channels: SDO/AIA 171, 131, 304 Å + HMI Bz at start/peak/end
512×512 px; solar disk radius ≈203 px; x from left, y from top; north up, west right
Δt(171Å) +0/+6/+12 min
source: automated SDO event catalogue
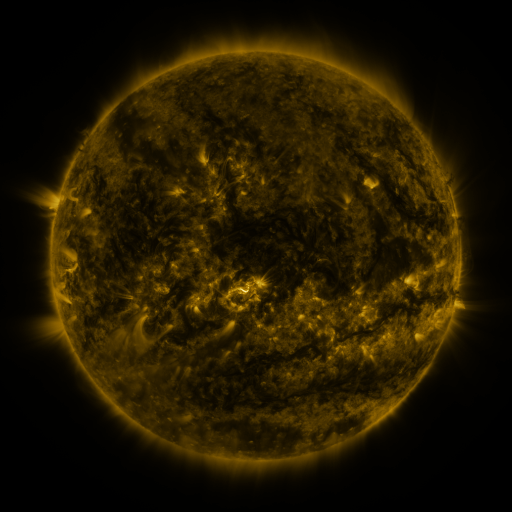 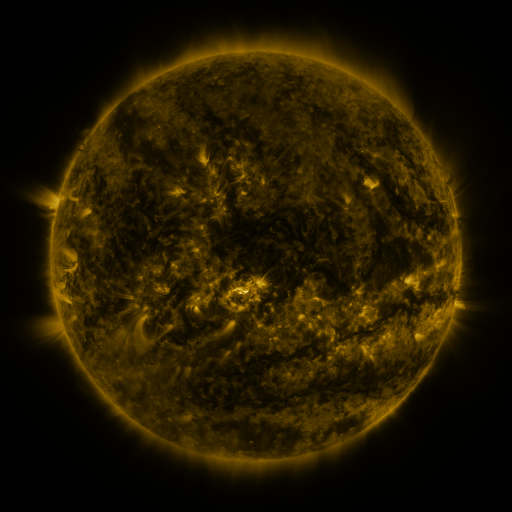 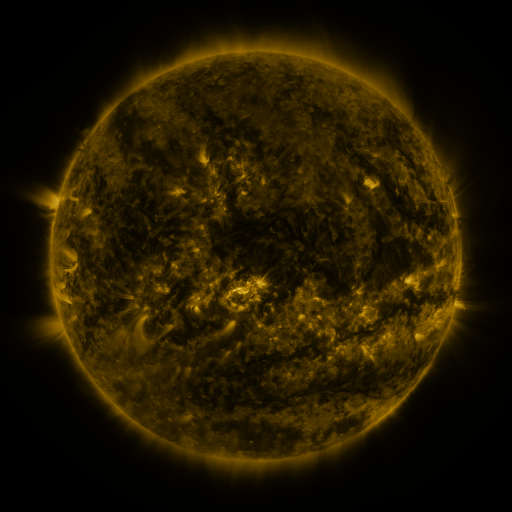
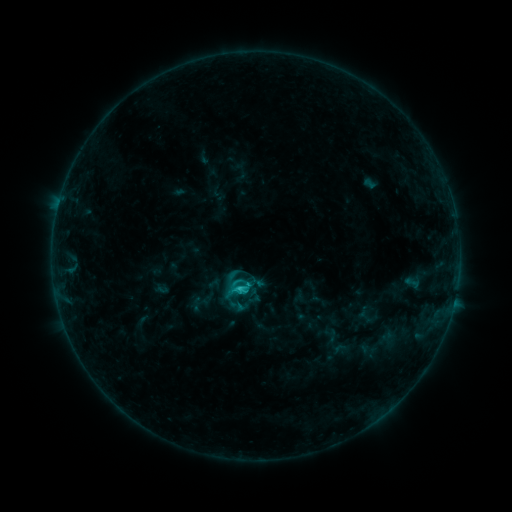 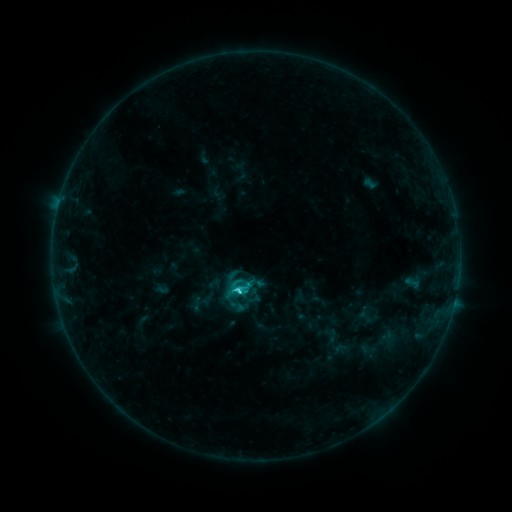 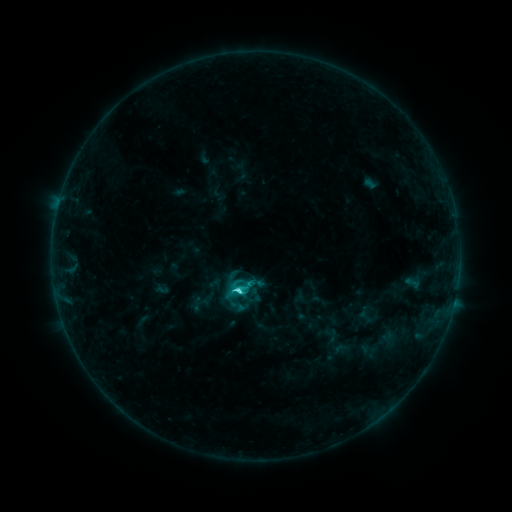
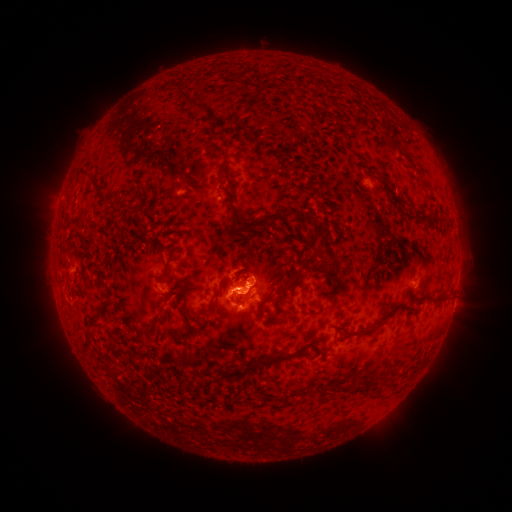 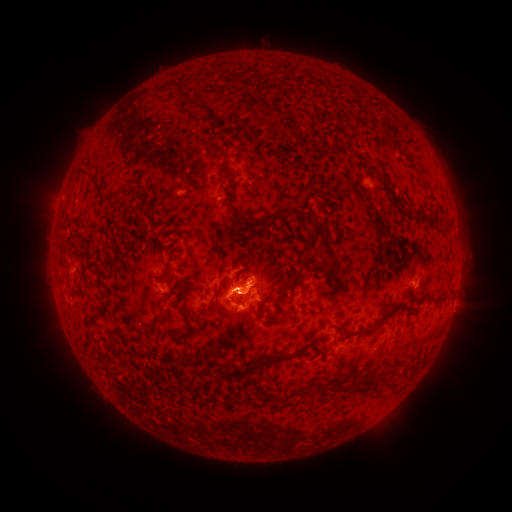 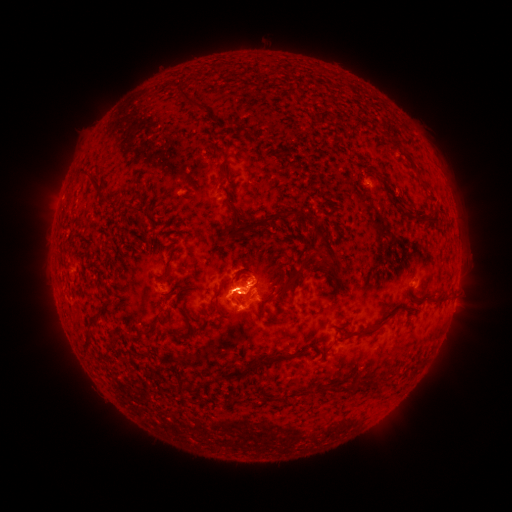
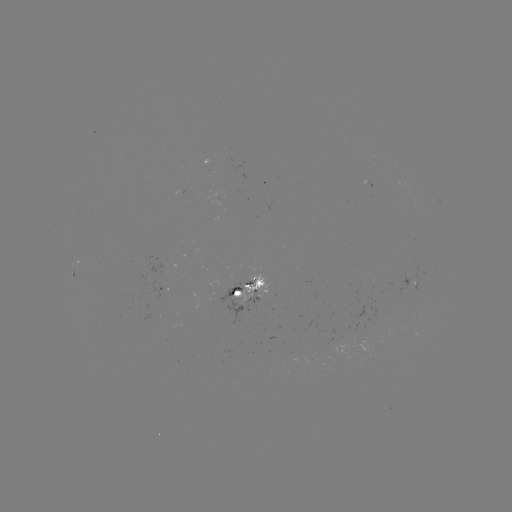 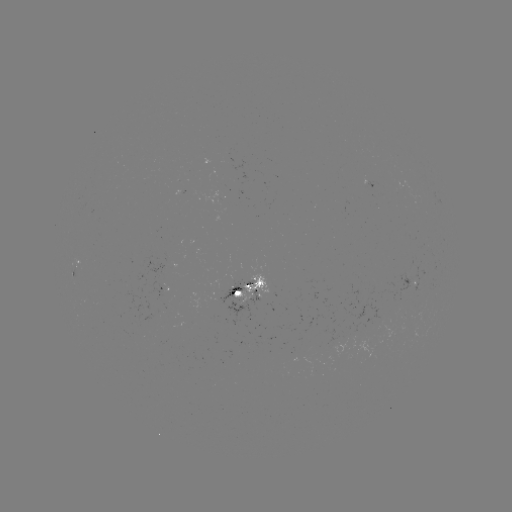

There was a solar flare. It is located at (238, 290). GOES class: C3.6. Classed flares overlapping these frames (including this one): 1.